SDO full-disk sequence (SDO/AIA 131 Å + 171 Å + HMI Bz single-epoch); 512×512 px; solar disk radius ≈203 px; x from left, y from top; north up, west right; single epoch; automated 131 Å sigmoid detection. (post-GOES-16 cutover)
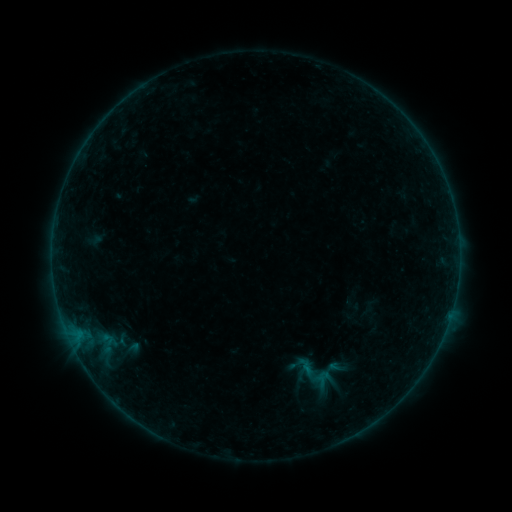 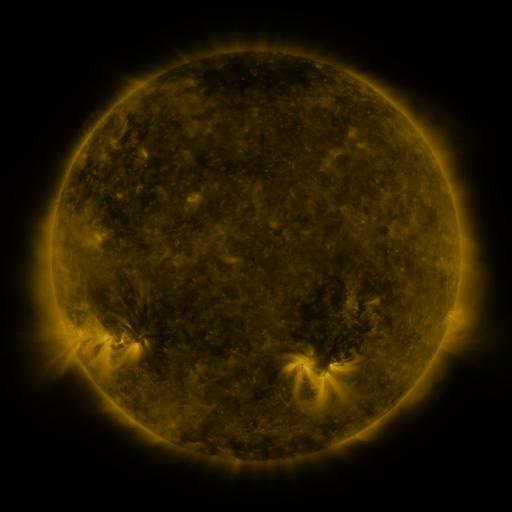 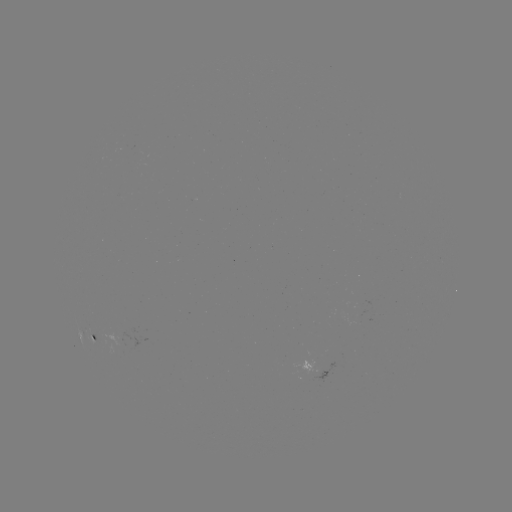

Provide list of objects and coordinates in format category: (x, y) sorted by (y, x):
sigmoid: (324, 378)
